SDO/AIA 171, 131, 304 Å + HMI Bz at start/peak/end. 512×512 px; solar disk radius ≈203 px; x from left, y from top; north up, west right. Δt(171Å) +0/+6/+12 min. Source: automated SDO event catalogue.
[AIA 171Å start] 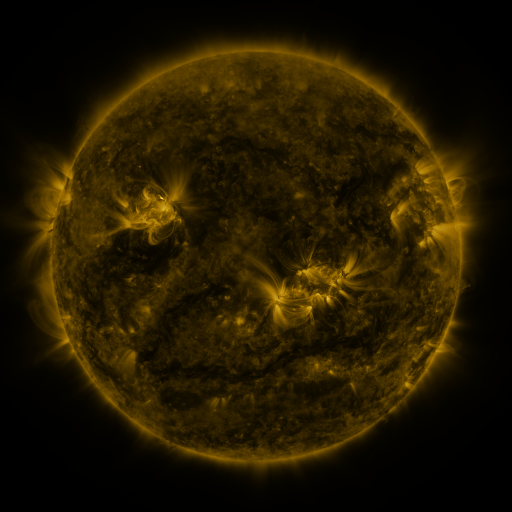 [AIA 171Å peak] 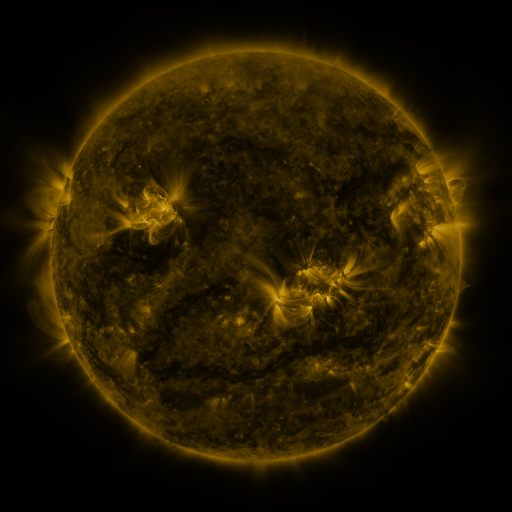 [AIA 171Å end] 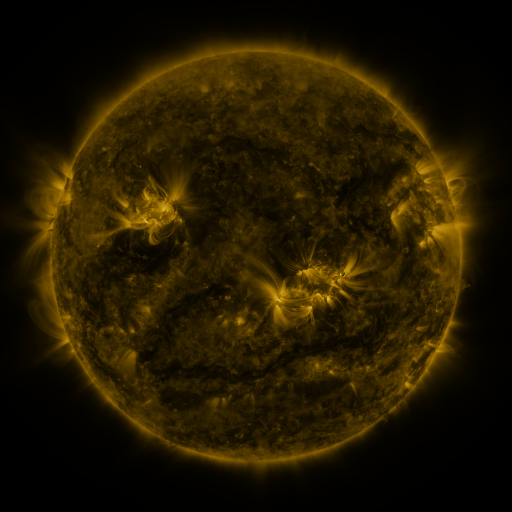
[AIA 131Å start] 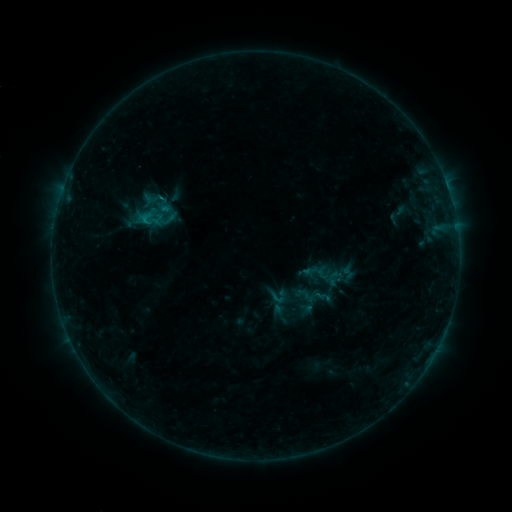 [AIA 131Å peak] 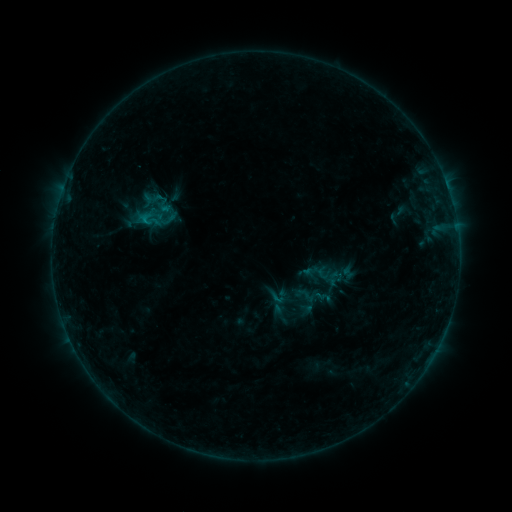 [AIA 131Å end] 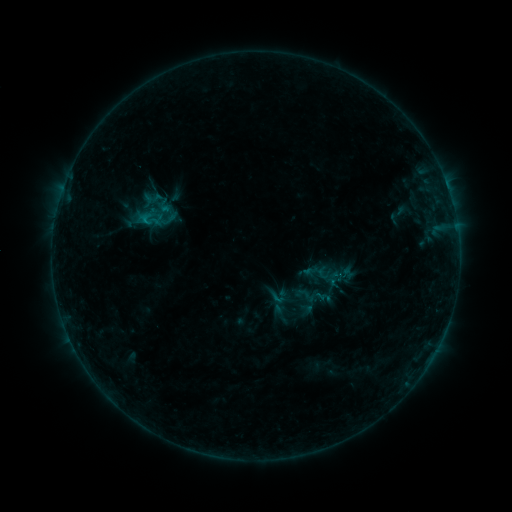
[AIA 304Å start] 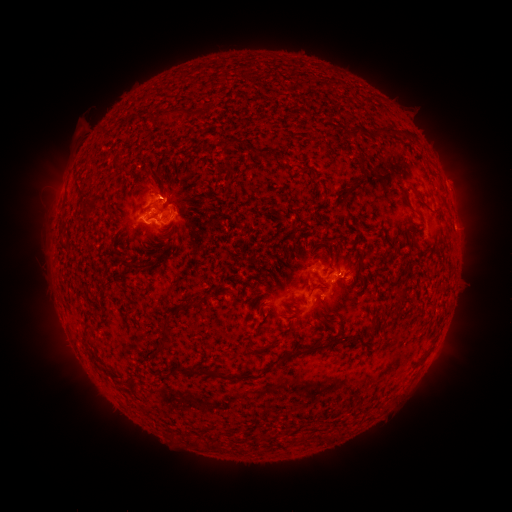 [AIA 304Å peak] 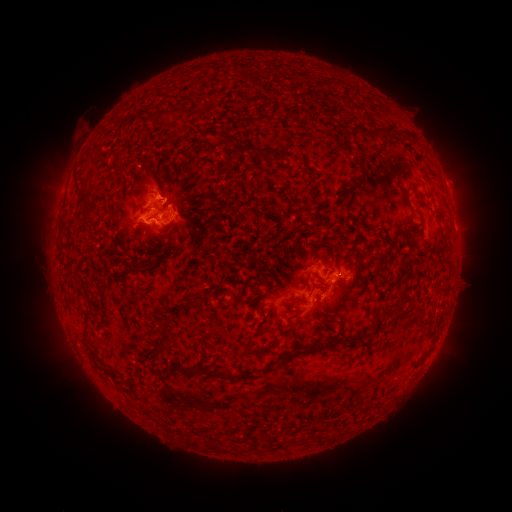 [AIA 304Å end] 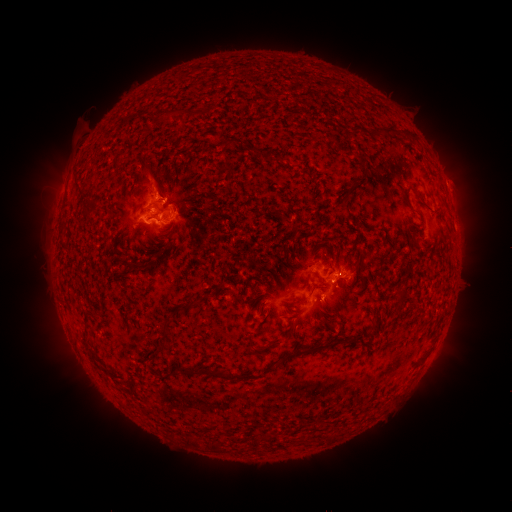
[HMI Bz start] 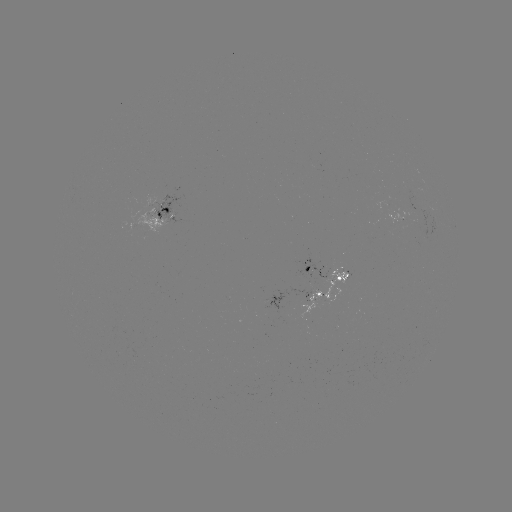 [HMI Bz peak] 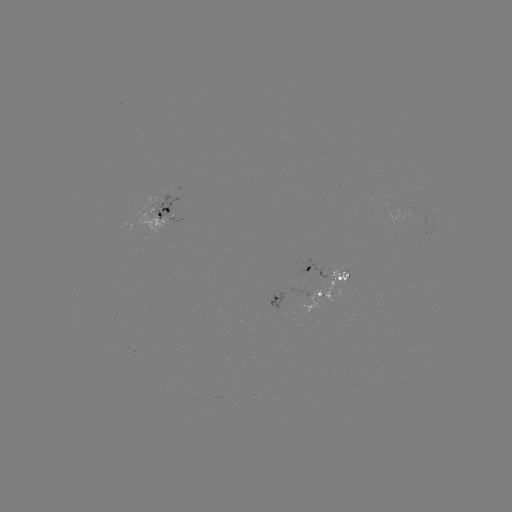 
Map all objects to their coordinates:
eruption: (158, 182)
